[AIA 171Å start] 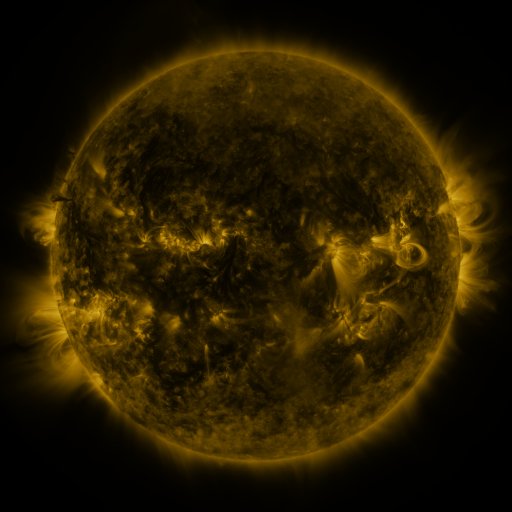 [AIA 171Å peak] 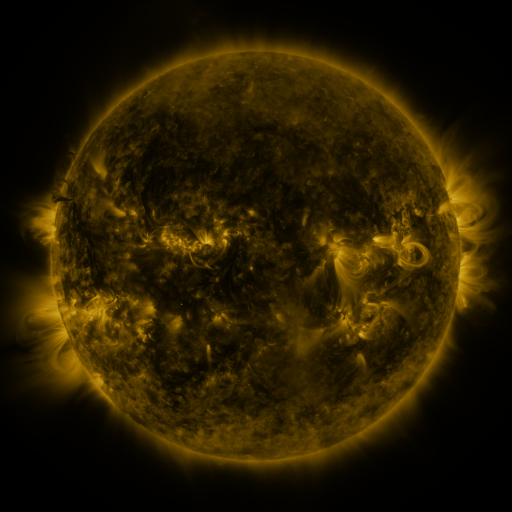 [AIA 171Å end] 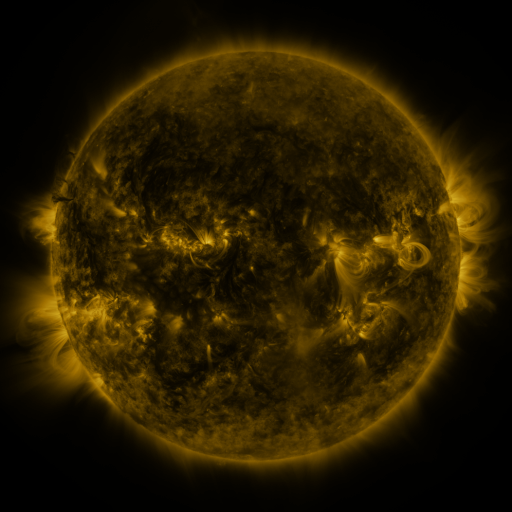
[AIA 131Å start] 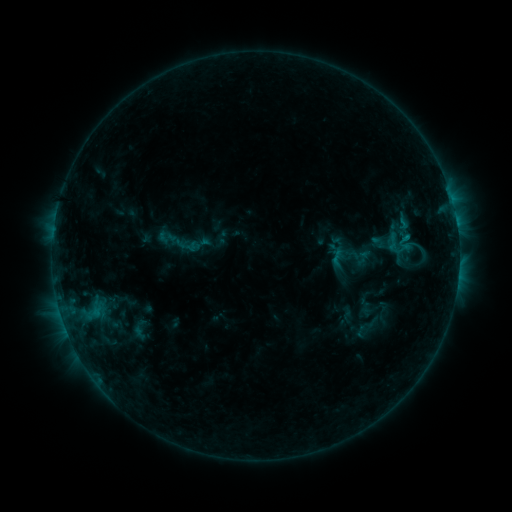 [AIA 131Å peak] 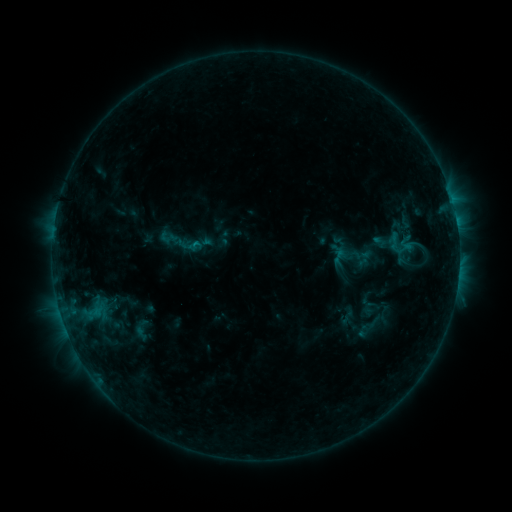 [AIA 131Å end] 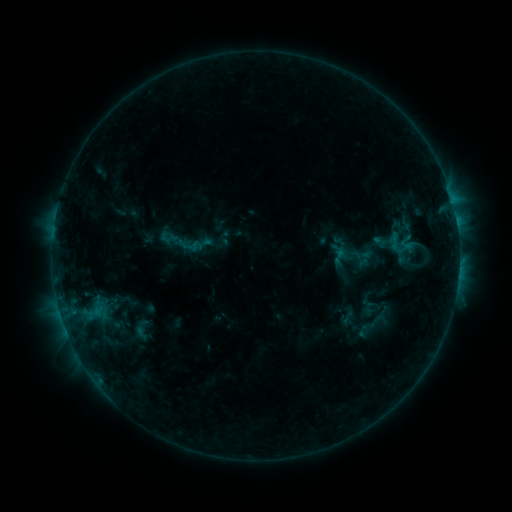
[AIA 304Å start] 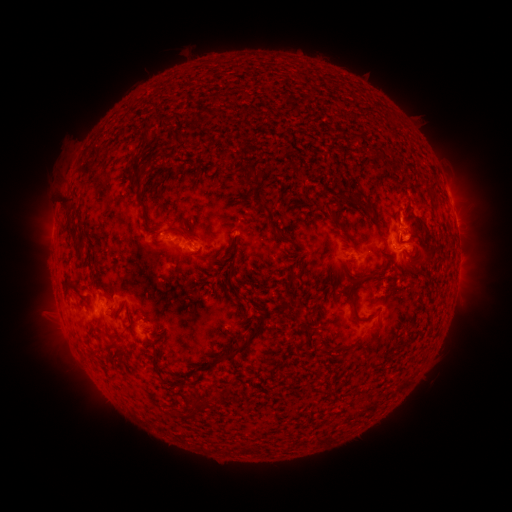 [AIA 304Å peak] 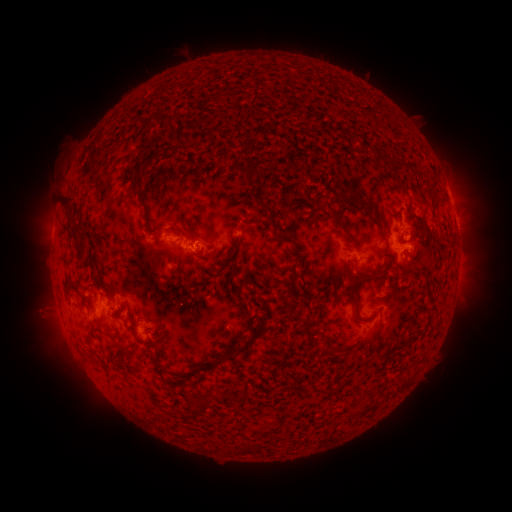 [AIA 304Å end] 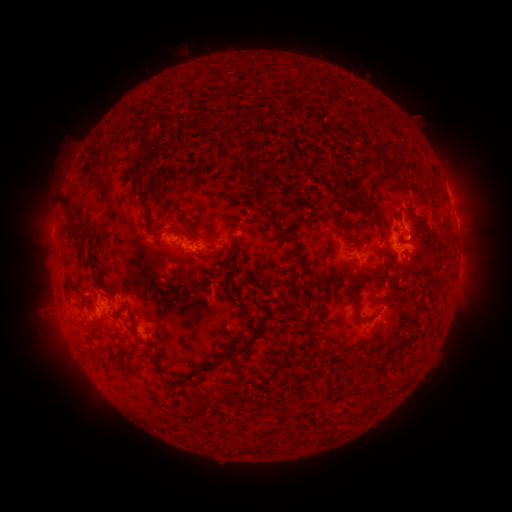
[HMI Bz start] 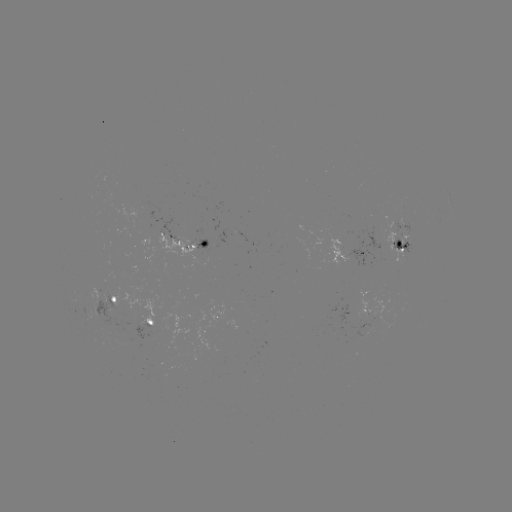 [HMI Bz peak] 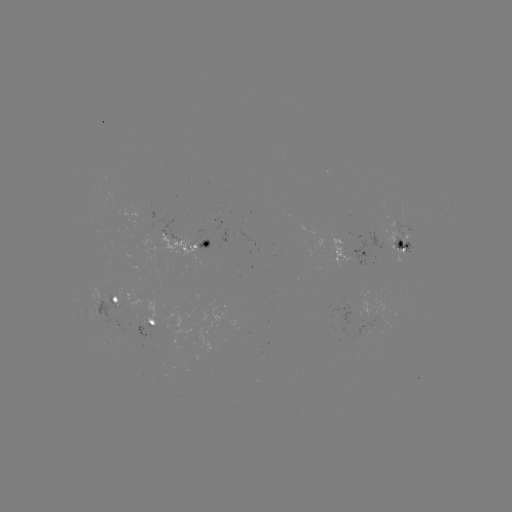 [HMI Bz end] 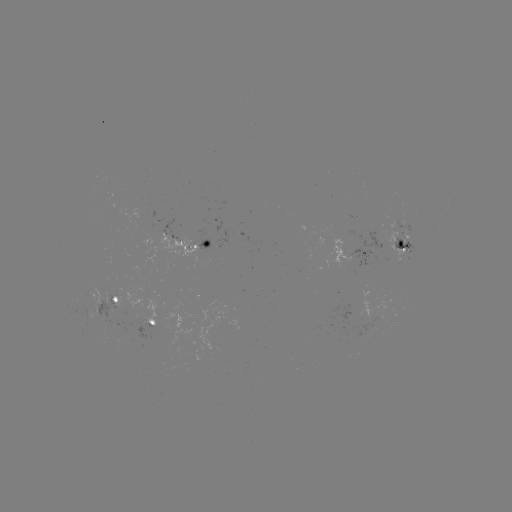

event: emerging-flux region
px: (398, 233)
